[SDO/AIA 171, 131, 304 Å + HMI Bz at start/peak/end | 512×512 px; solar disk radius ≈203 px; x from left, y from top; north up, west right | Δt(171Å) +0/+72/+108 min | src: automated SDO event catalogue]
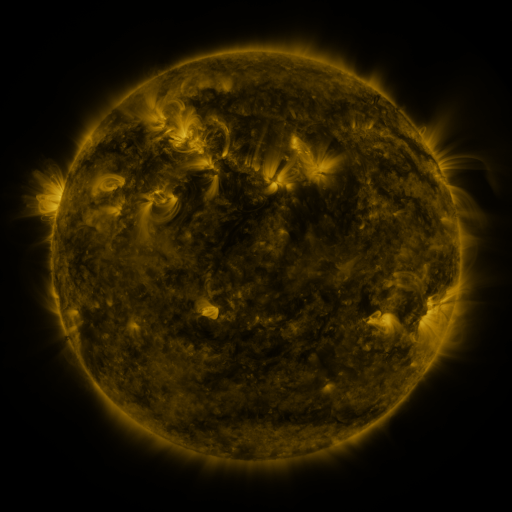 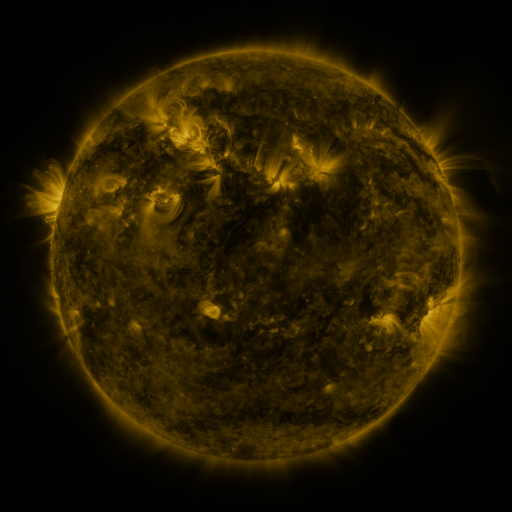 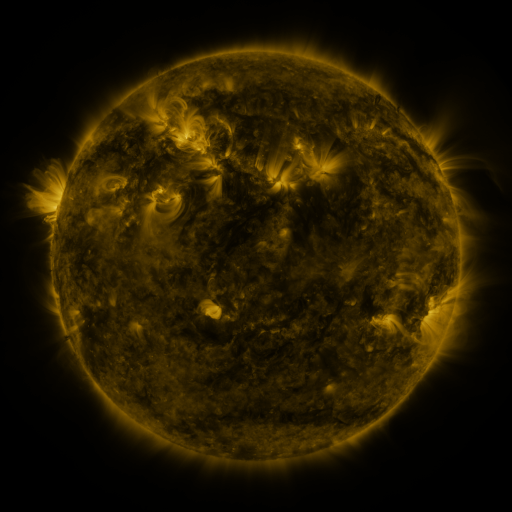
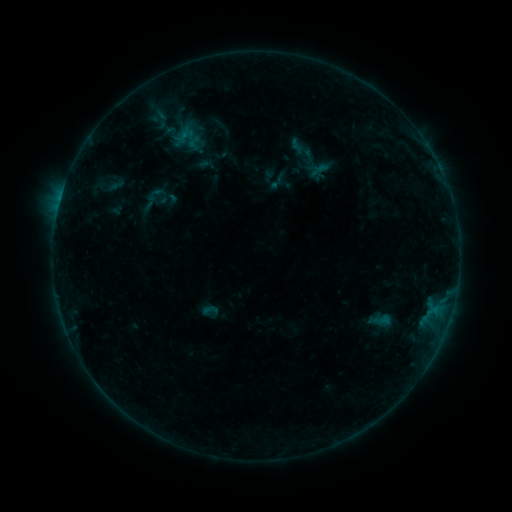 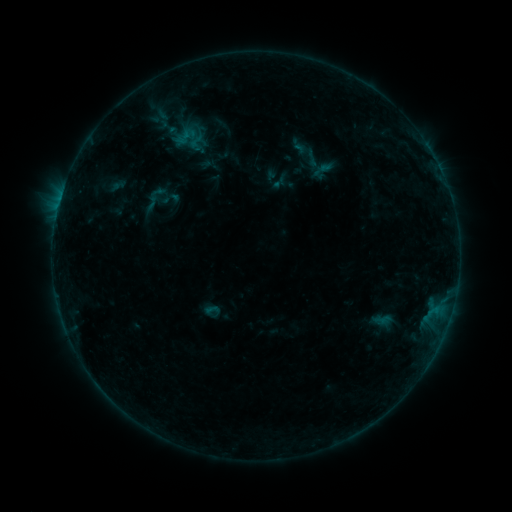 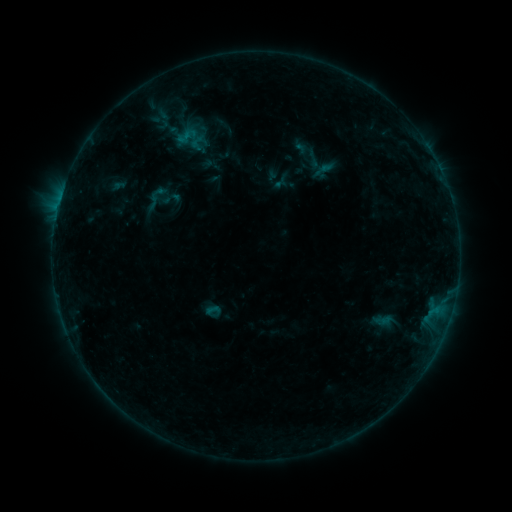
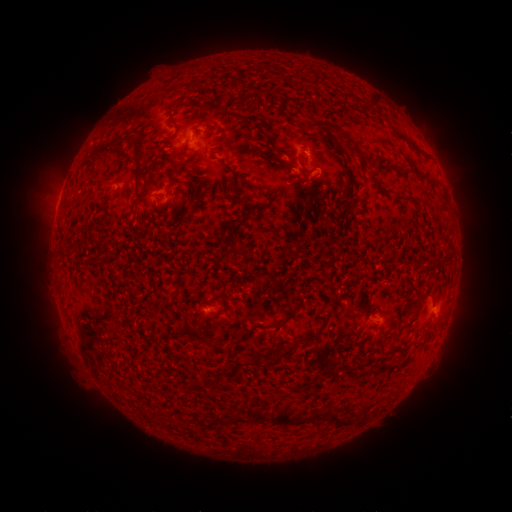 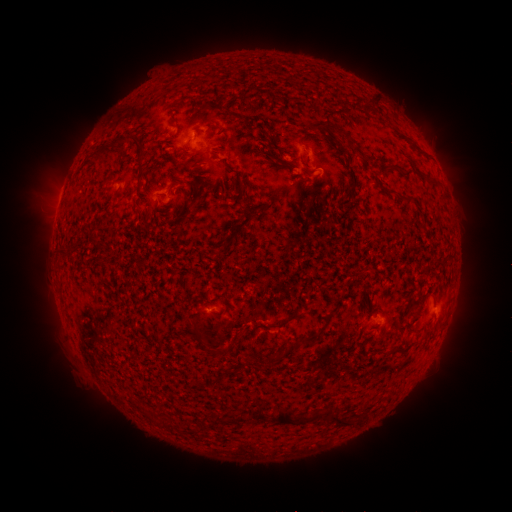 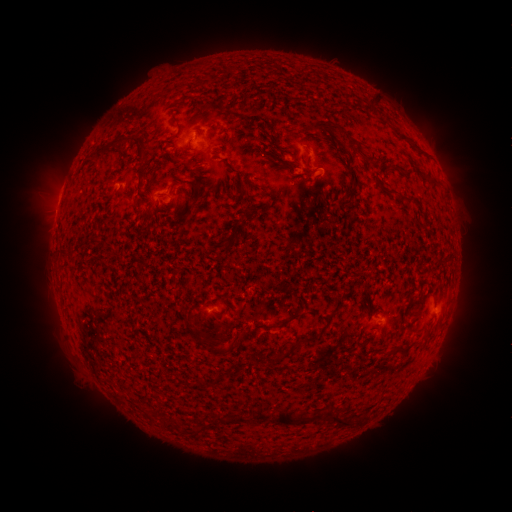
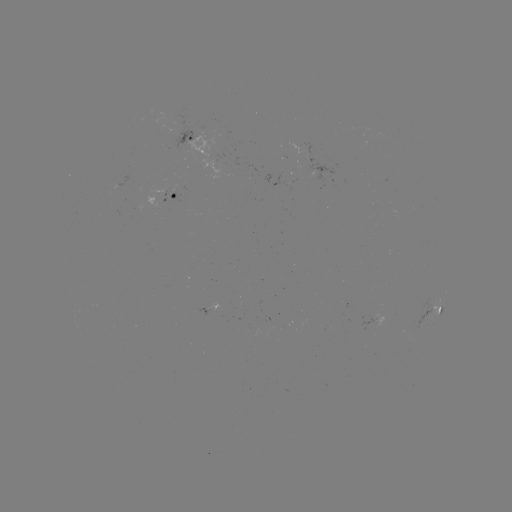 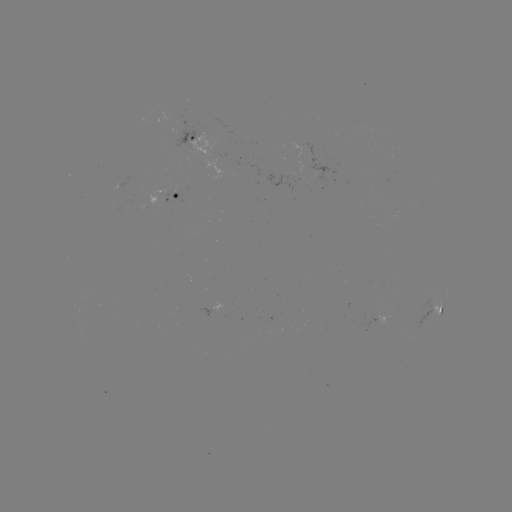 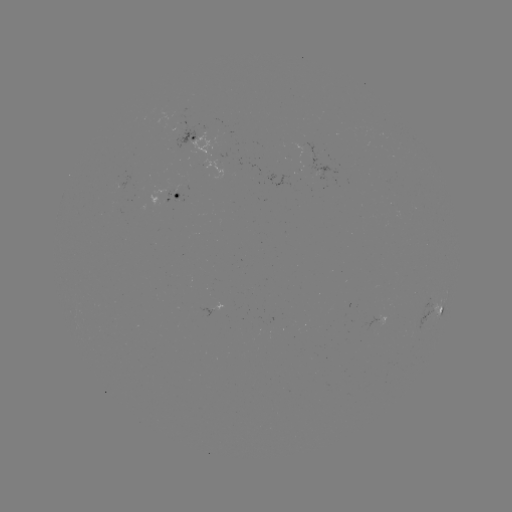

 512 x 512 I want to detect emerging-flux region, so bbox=[151, 187, 182, 203].